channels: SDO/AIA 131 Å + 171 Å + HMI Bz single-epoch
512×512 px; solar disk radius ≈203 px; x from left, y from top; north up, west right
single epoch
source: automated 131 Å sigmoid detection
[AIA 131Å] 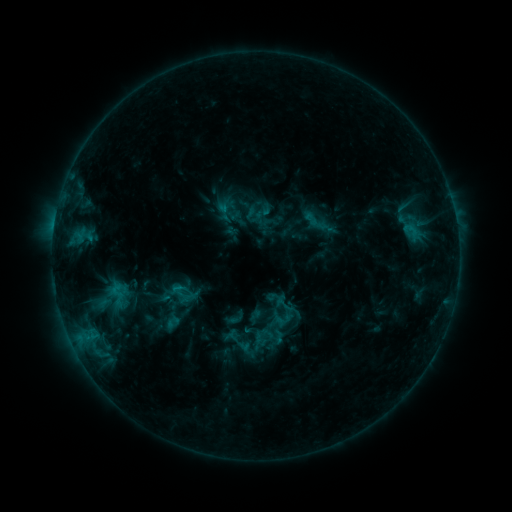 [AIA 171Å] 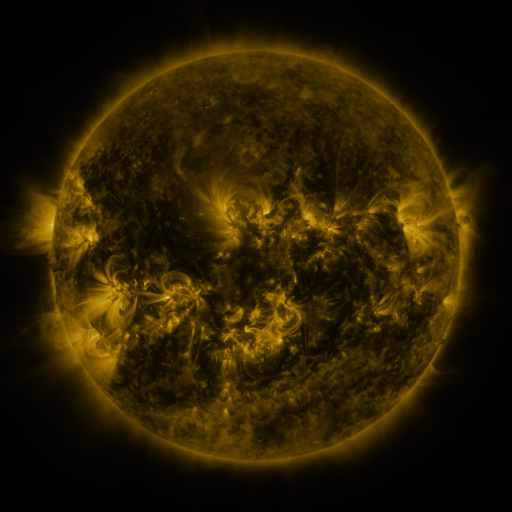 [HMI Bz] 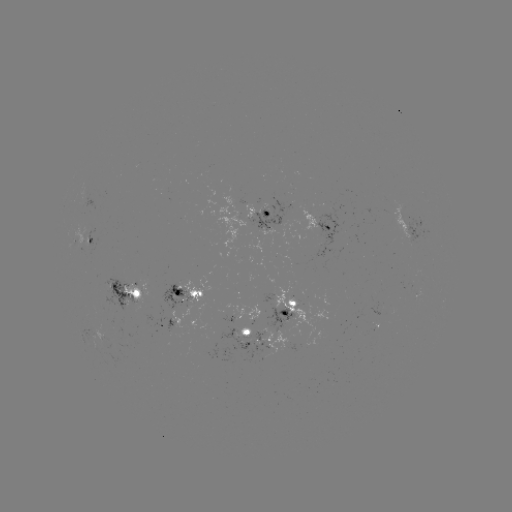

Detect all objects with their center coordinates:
sigmoid: [300, 207, 332, 235]
sigmoid: [274, 294, 294, 315]
